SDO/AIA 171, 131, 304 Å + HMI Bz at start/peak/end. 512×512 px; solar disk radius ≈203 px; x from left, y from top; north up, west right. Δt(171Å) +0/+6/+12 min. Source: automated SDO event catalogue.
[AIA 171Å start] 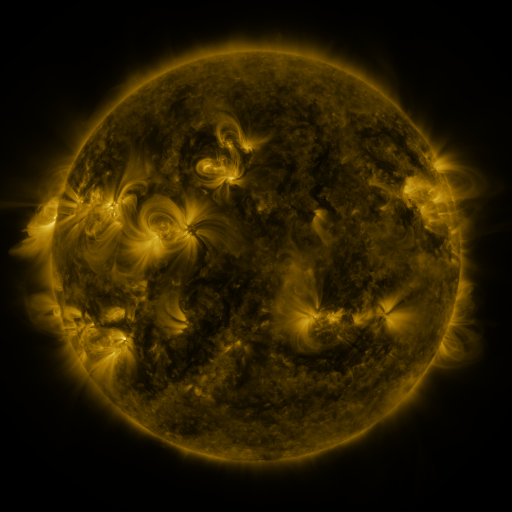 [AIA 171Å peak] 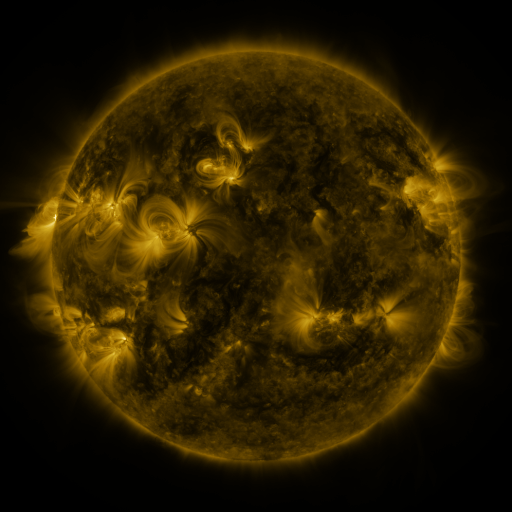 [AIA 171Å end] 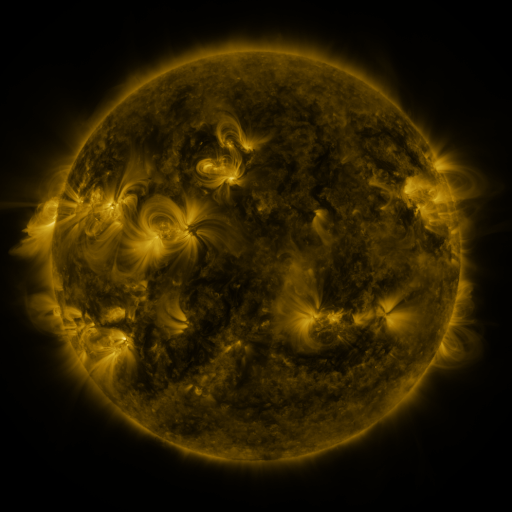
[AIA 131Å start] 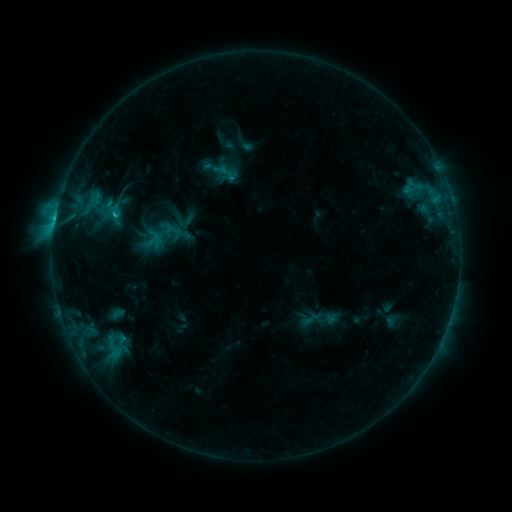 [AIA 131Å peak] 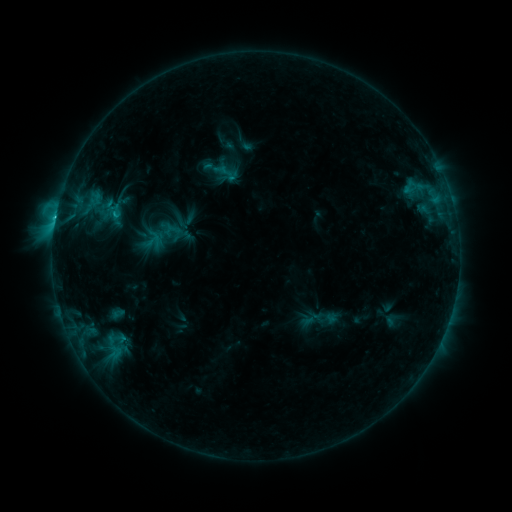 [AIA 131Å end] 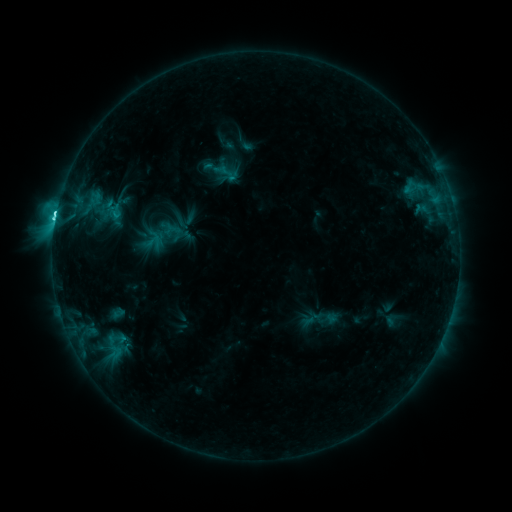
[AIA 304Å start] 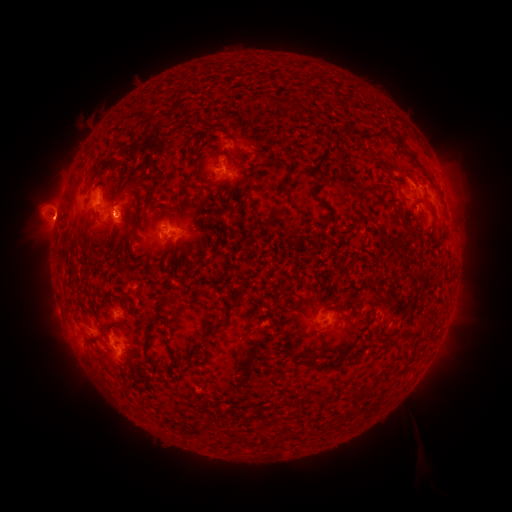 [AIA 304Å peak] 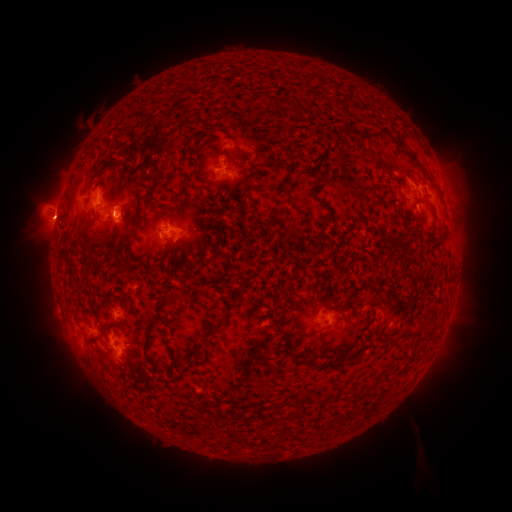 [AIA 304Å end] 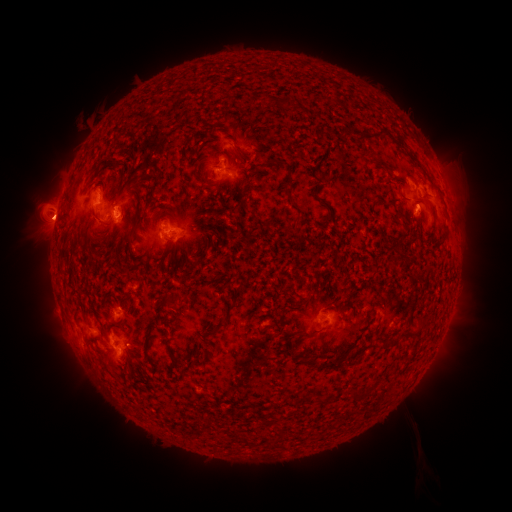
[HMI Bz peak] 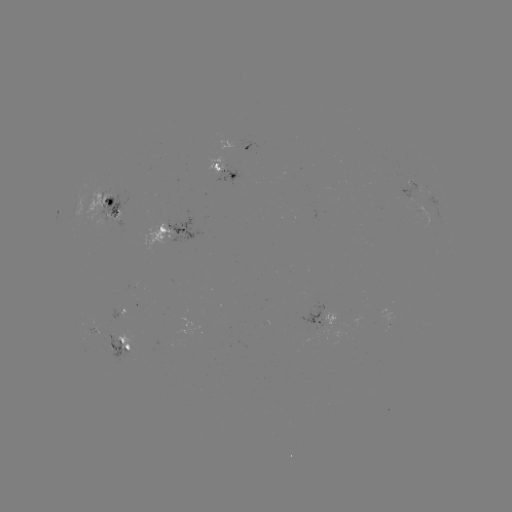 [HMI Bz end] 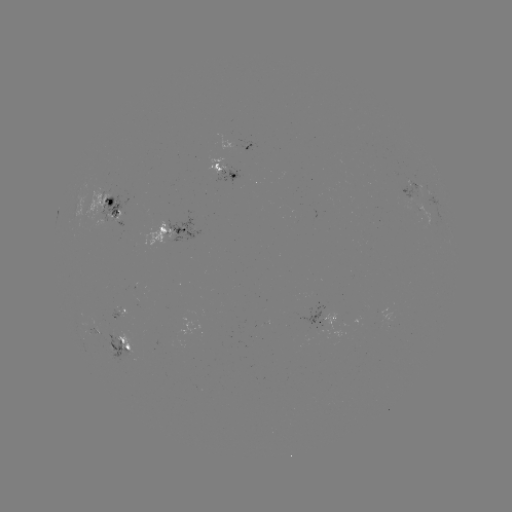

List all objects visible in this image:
C4.5 flare: (55, 220)
